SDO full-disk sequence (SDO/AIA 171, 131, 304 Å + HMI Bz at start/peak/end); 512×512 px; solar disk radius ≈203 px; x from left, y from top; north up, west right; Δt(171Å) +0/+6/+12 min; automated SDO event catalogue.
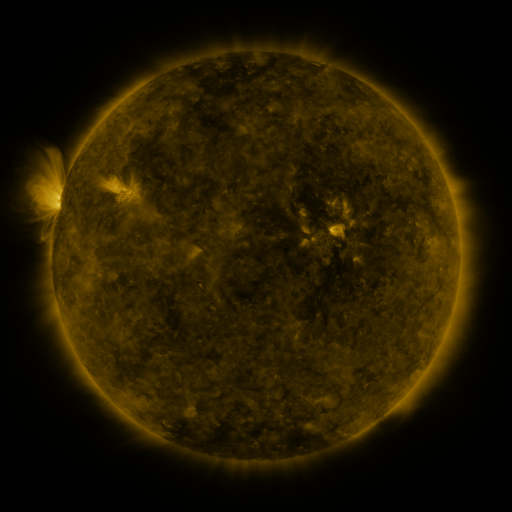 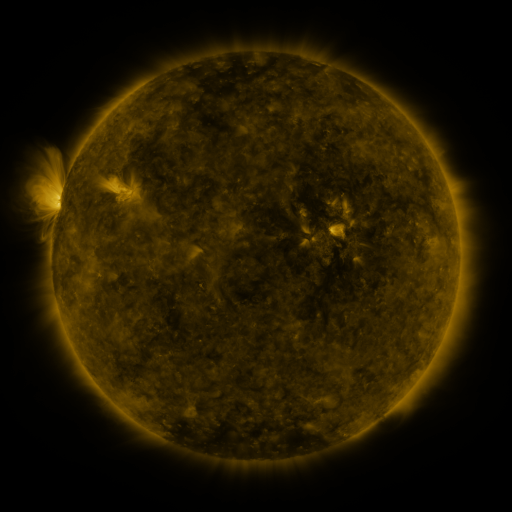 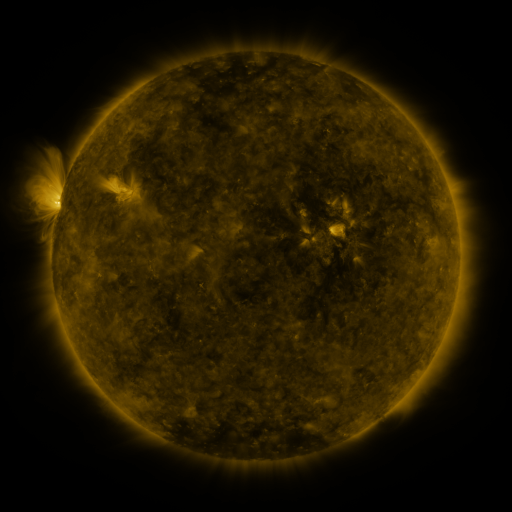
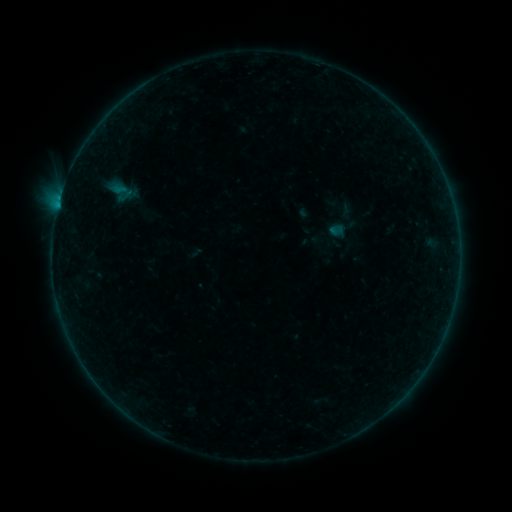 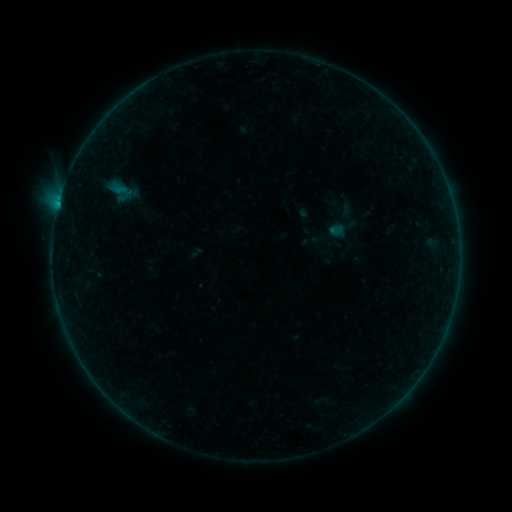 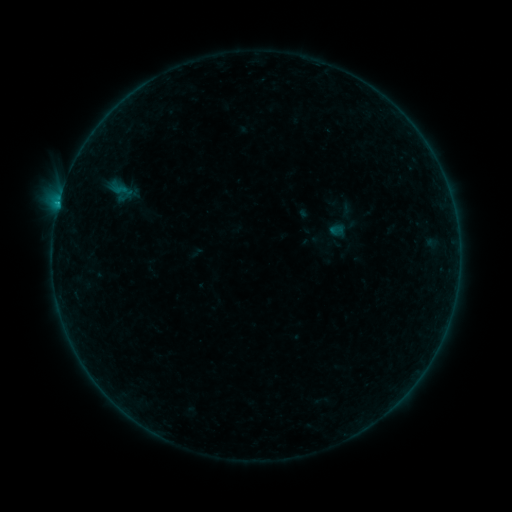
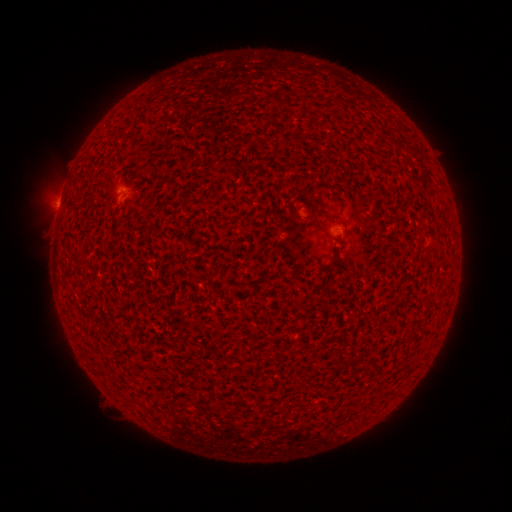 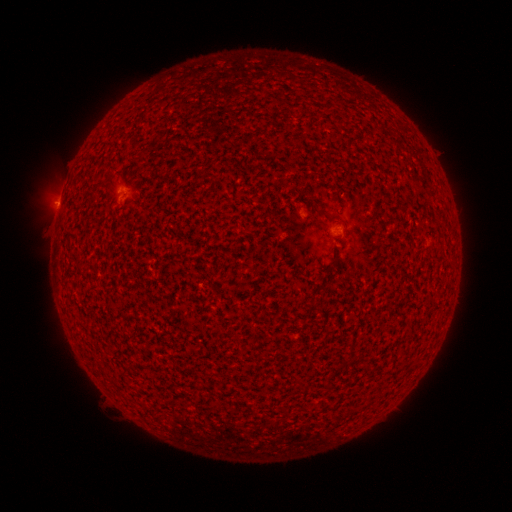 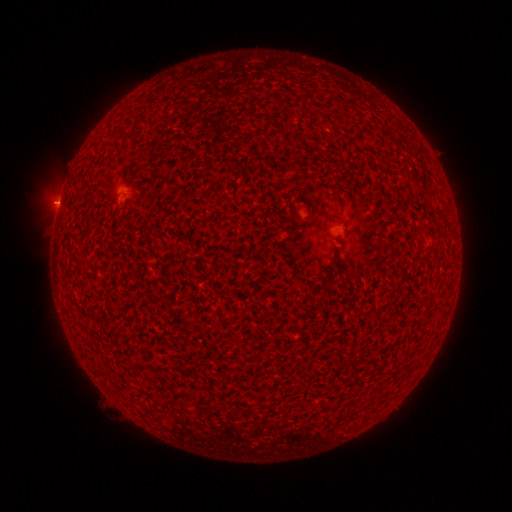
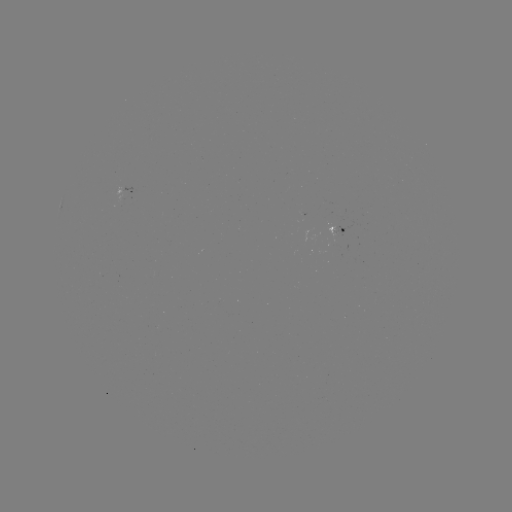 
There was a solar flare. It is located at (58, 206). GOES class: B2.8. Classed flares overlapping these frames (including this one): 2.